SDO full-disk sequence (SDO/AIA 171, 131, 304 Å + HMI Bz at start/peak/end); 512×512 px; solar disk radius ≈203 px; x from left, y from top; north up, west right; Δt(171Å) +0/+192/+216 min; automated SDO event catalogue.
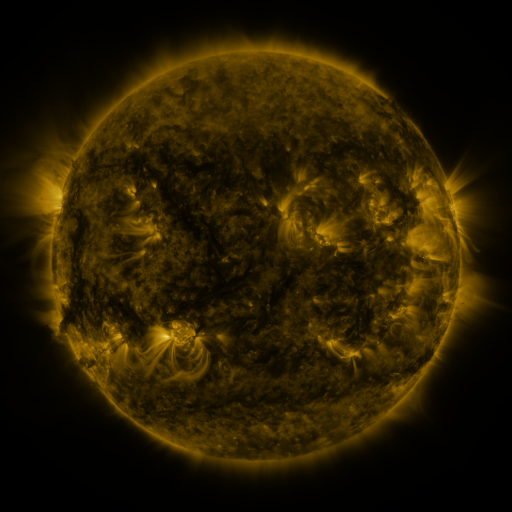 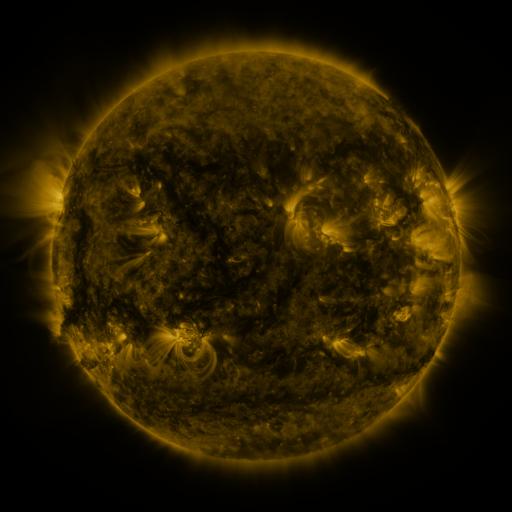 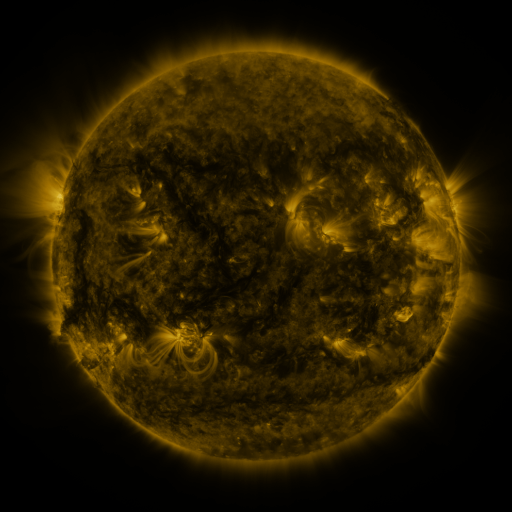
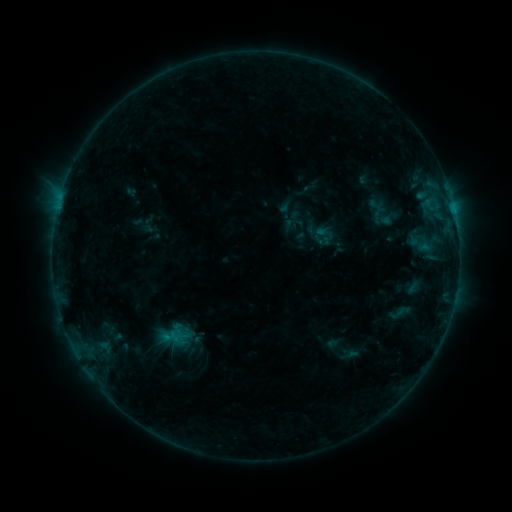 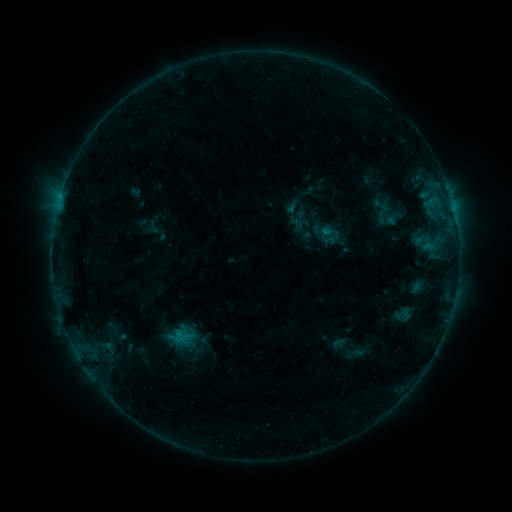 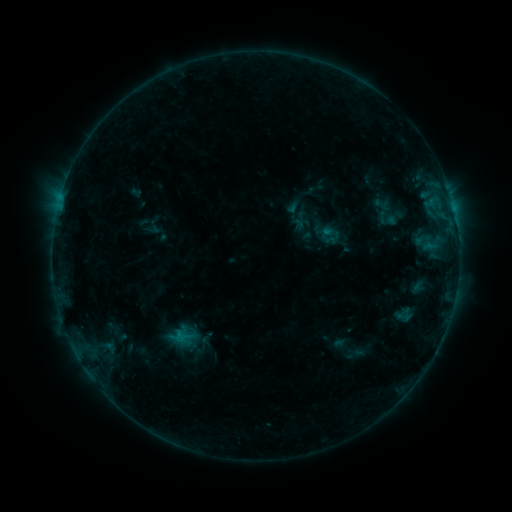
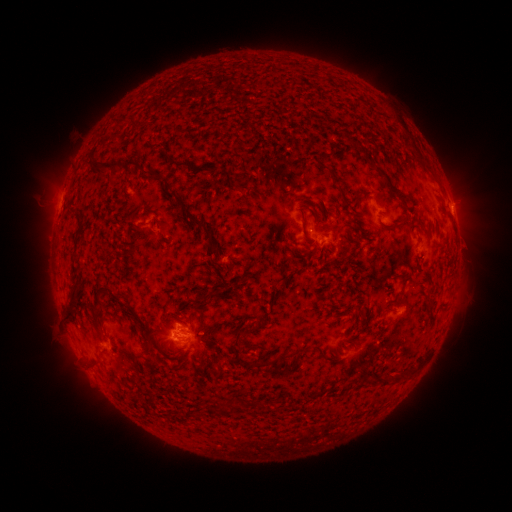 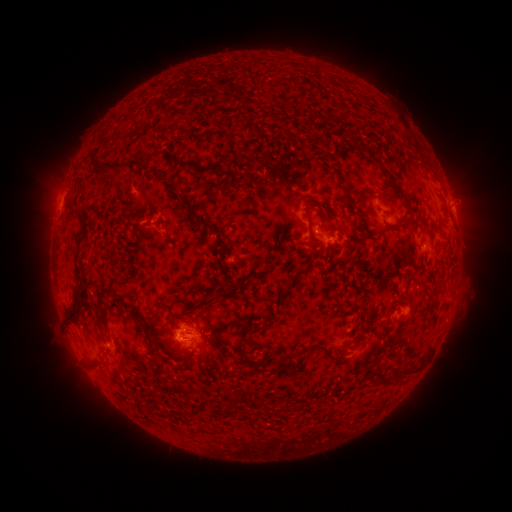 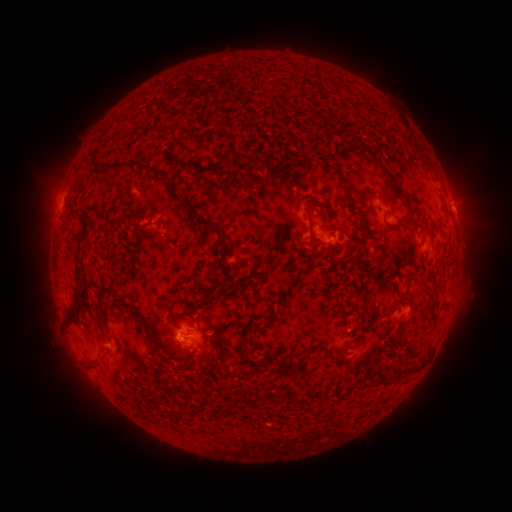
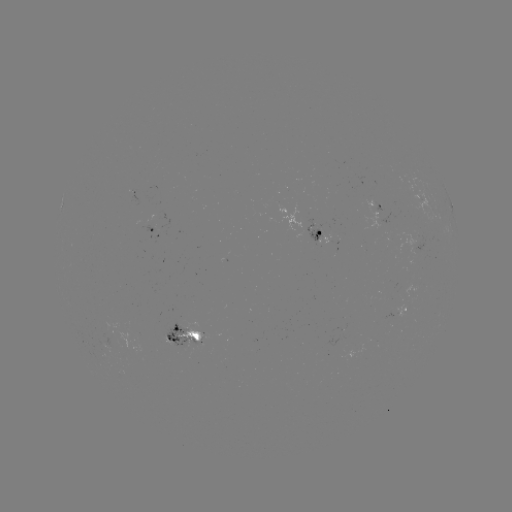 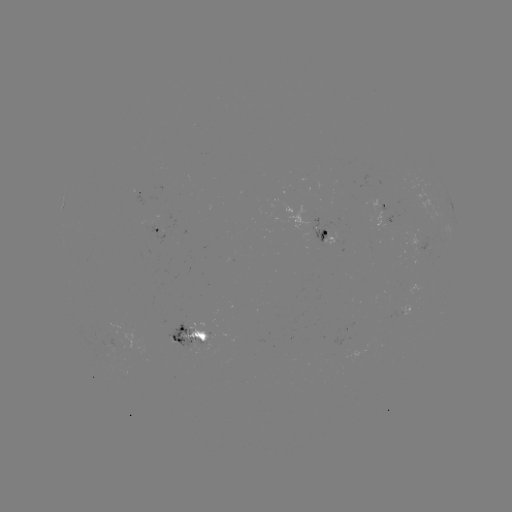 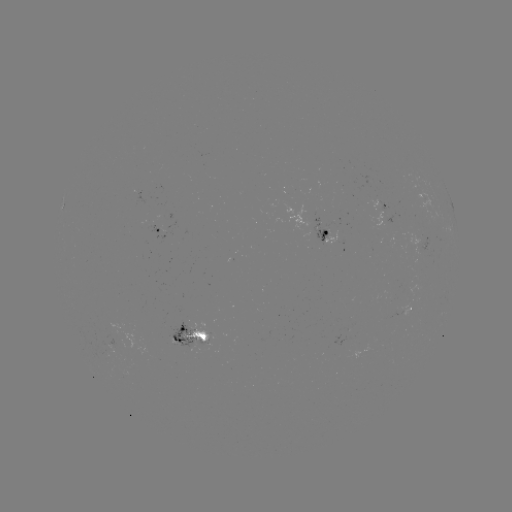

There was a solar emerging-flux region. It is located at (173, 342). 